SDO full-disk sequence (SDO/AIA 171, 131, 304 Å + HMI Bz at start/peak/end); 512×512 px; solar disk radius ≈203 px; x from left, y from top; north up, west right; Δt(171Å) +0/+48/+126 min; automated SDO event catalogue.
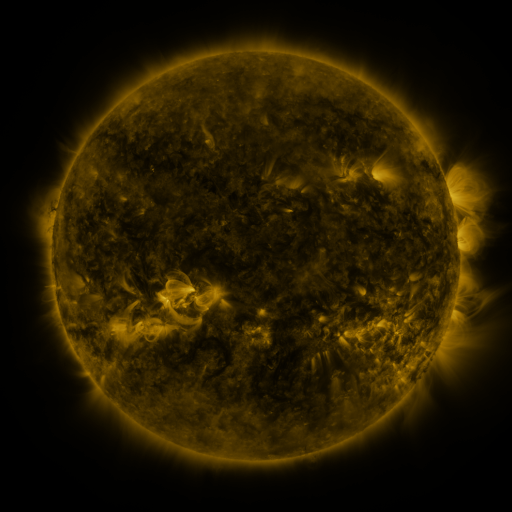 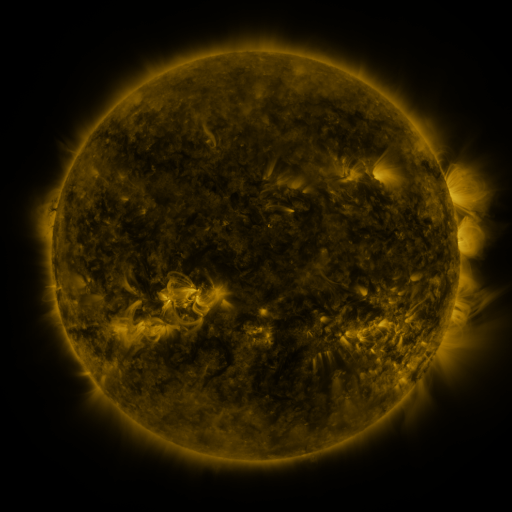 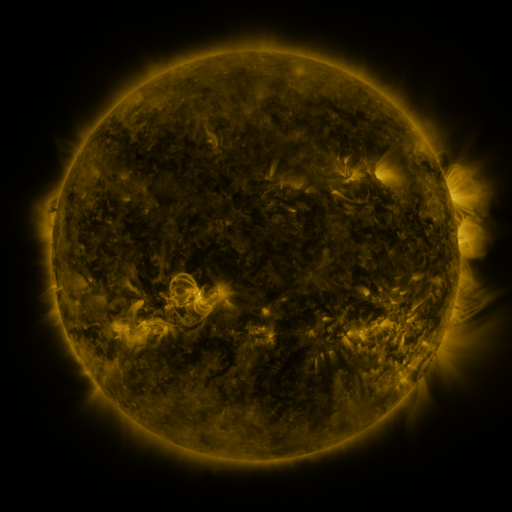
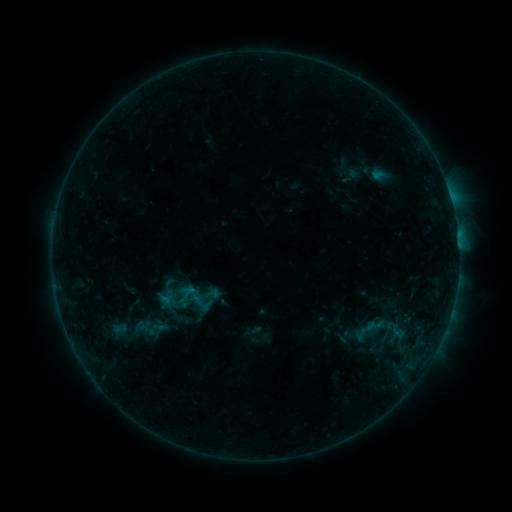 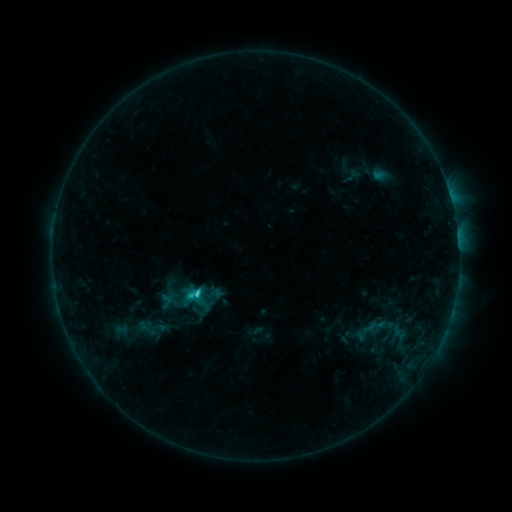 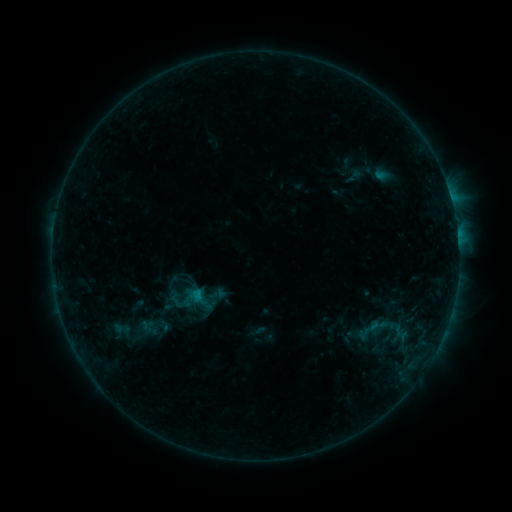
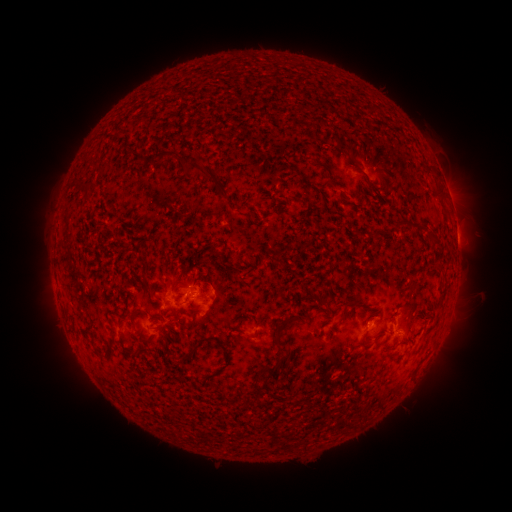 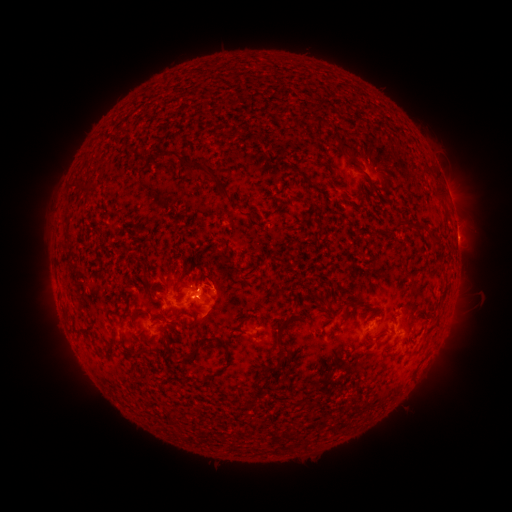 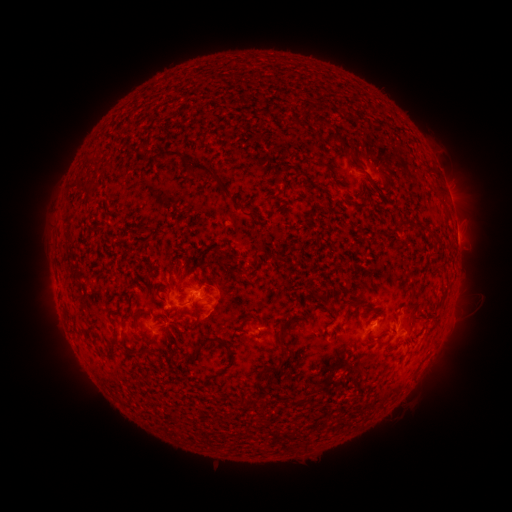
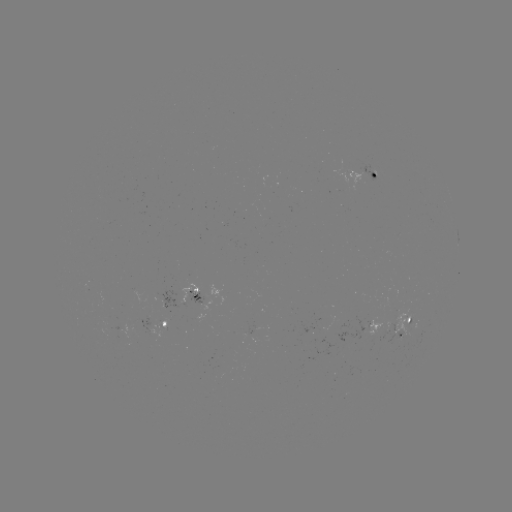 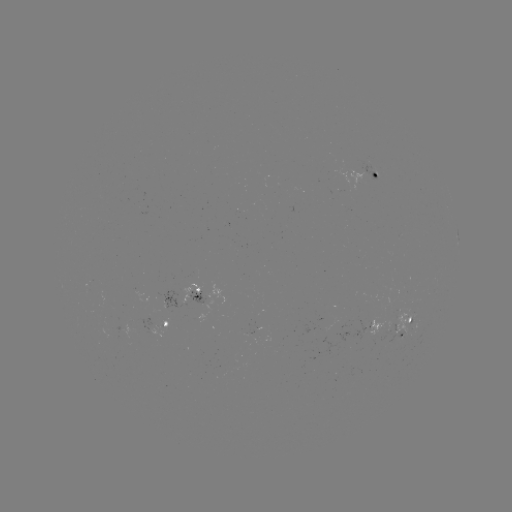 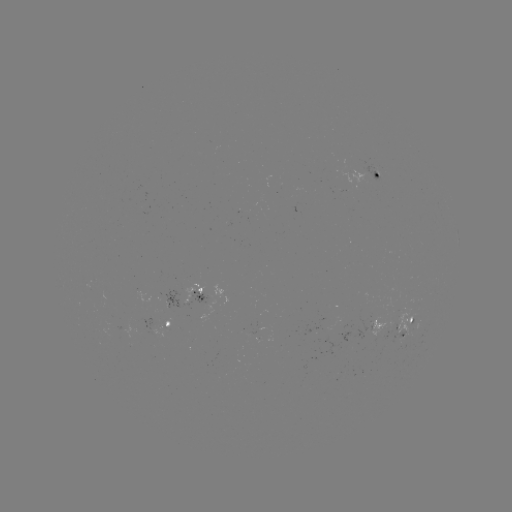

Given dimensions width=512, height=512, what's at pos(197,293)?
C1.6 flare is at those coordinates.